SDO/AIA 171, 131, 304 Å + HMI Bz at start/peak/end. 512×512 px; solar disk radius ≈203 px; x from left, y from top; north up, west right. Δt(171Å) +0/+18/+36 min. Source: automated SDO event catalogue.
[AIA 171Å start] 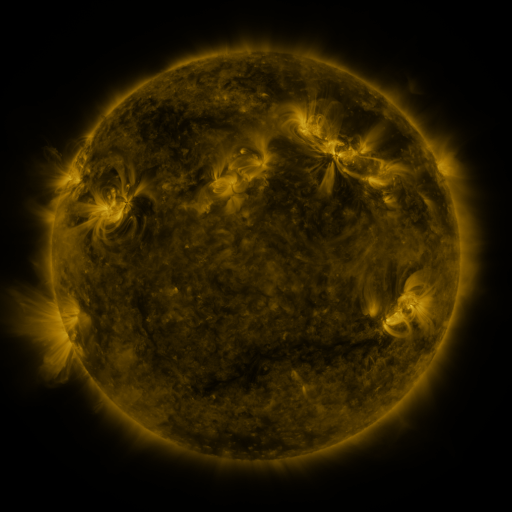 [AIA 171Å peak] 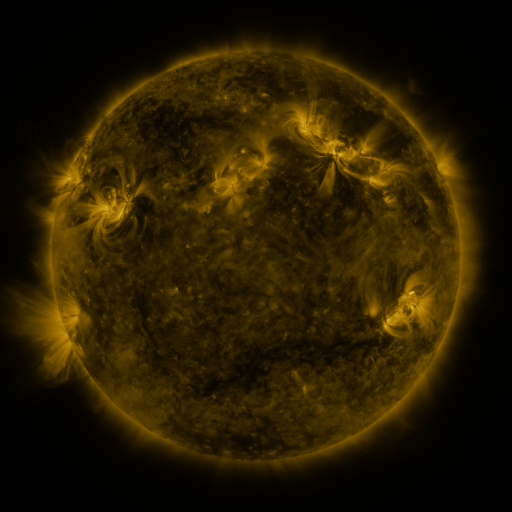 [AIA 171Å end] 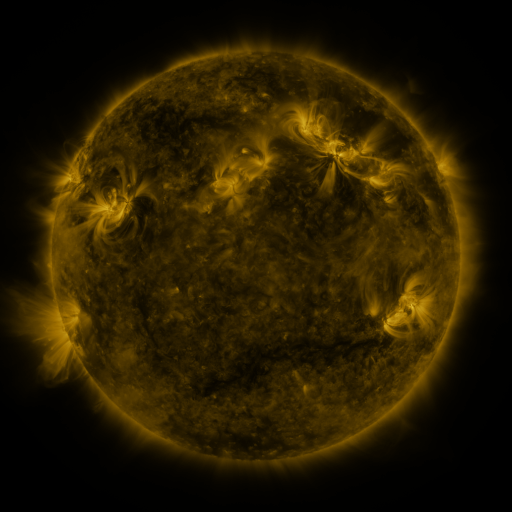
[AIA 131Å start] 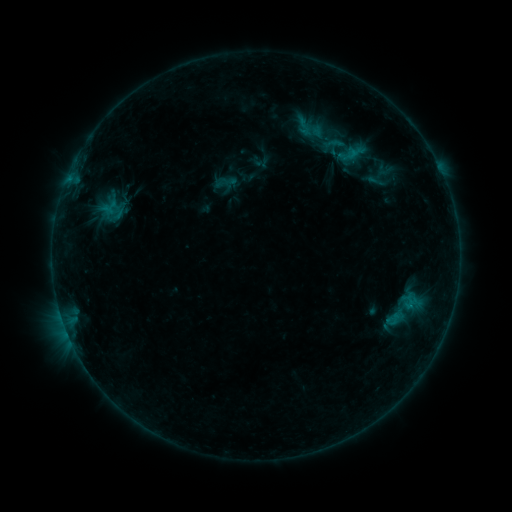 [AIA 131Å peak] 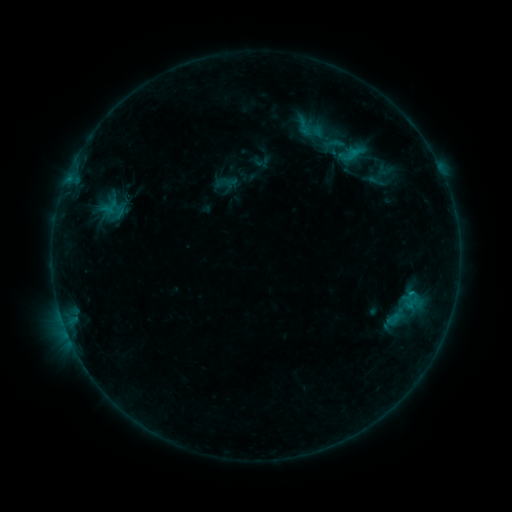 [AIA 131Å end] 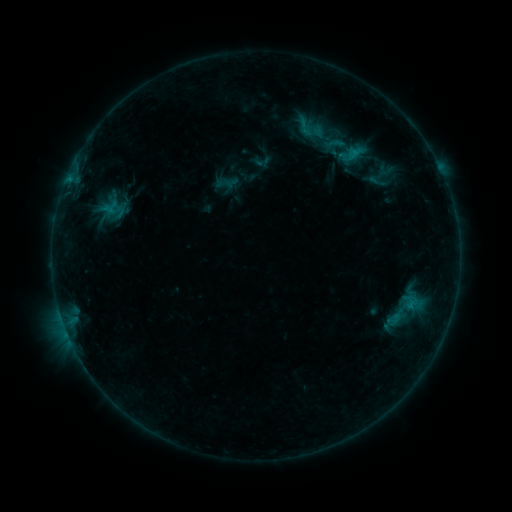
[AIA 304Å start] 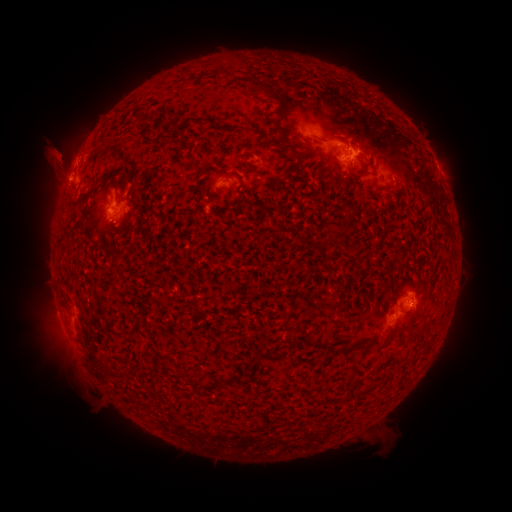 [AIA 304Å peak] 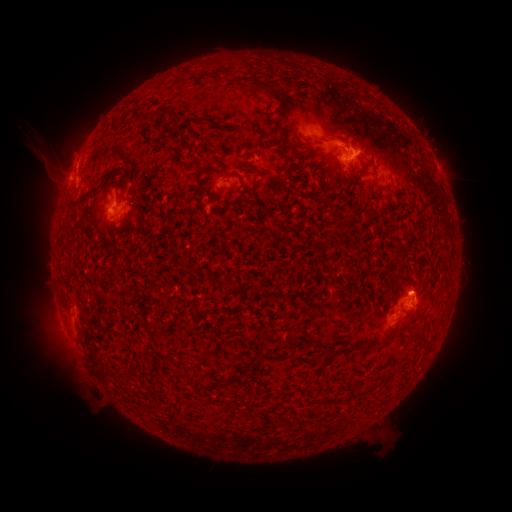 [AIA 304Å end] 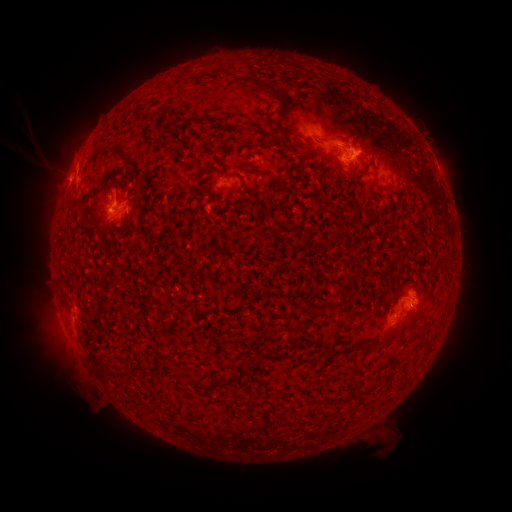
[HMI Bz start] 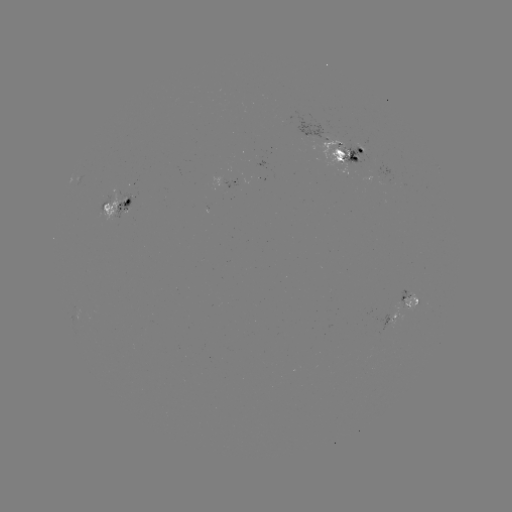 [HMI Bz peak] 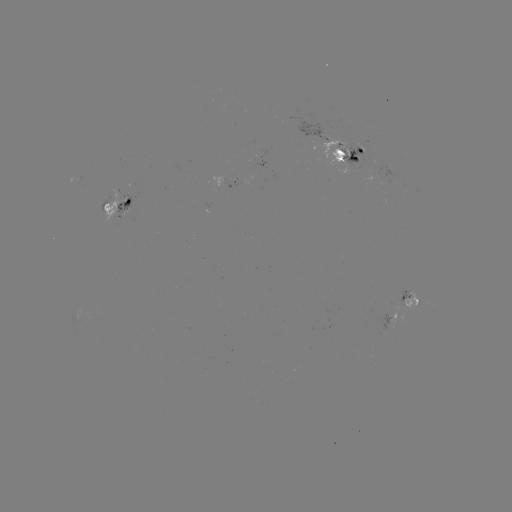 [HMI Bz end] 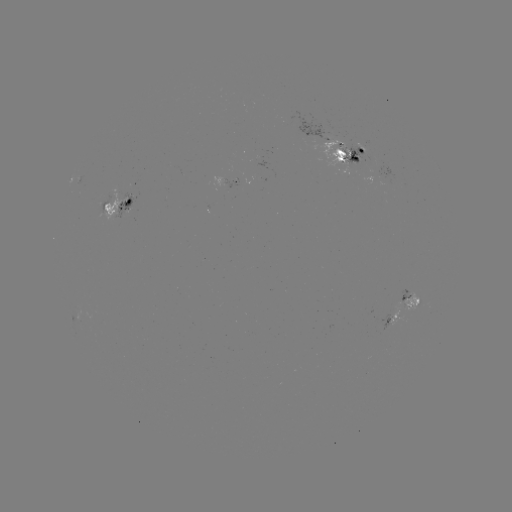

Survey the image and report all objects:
emerging-flux region: (220, 181)
